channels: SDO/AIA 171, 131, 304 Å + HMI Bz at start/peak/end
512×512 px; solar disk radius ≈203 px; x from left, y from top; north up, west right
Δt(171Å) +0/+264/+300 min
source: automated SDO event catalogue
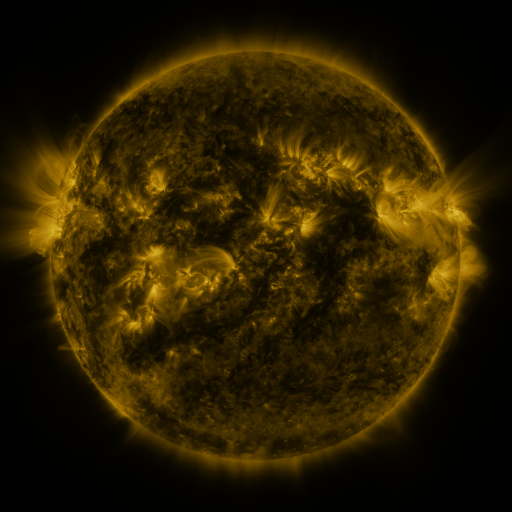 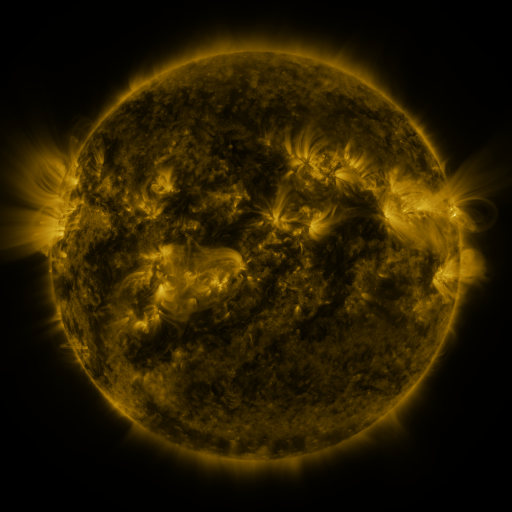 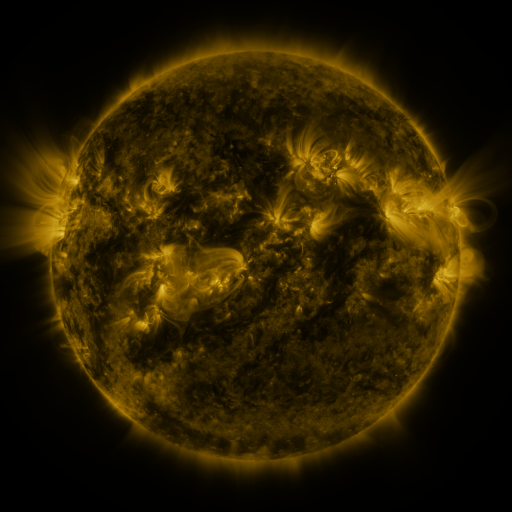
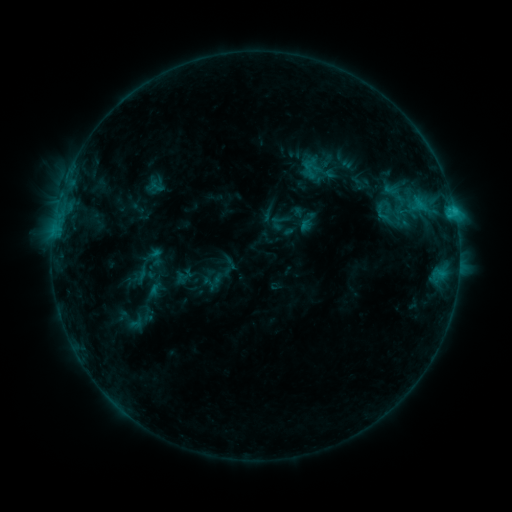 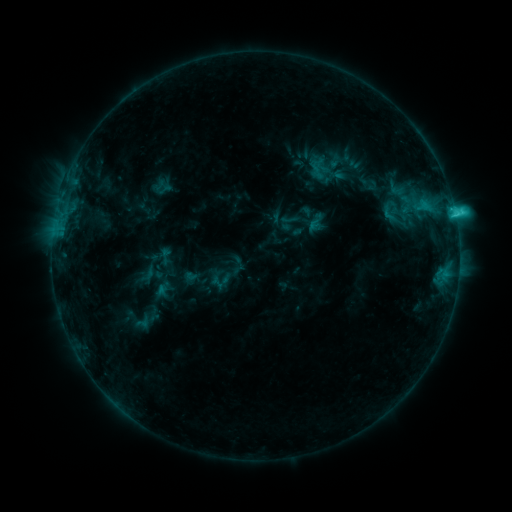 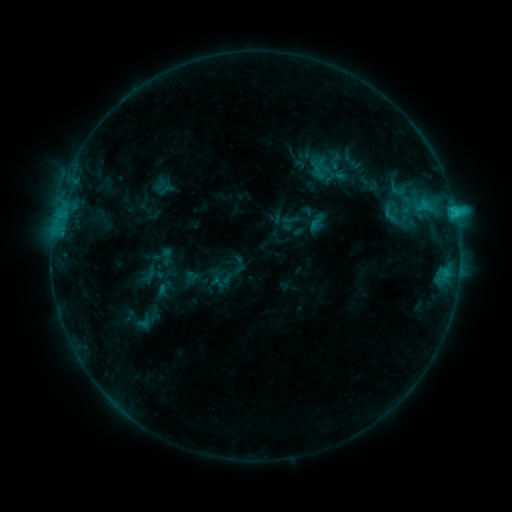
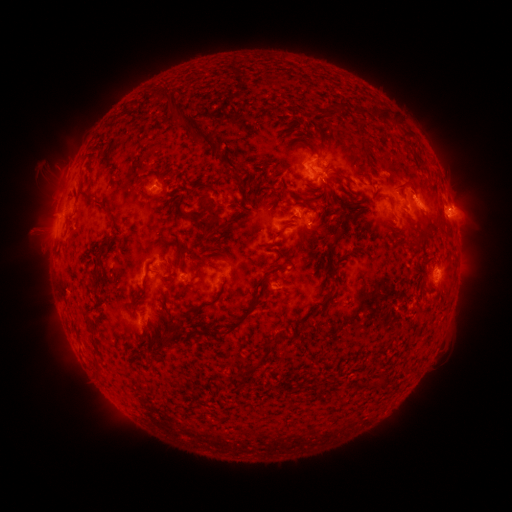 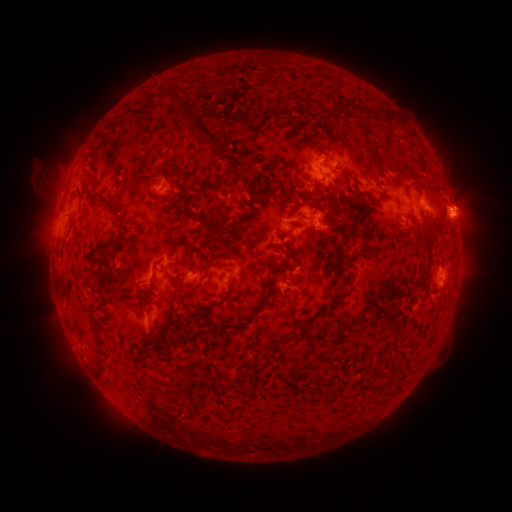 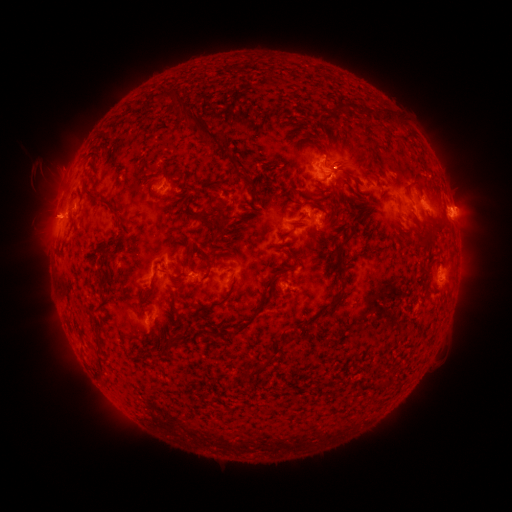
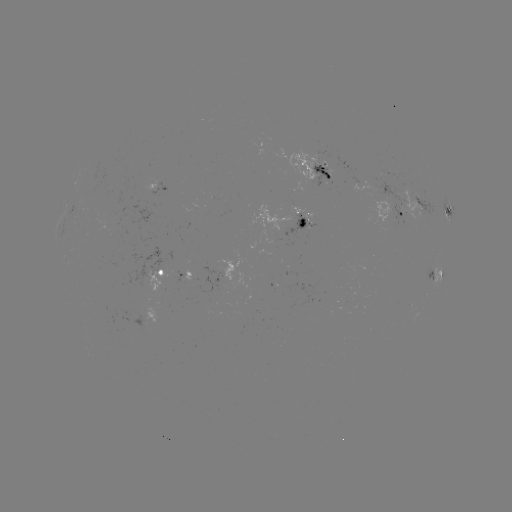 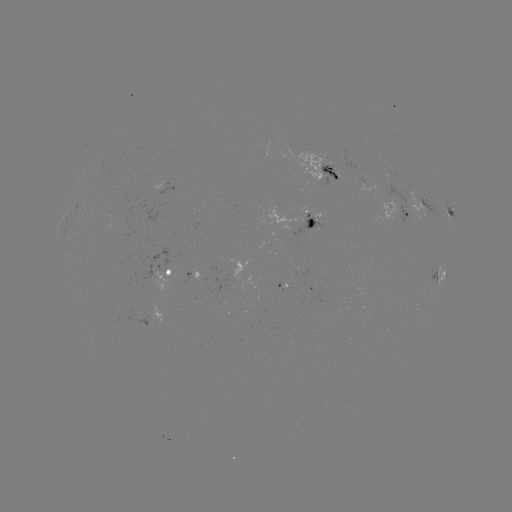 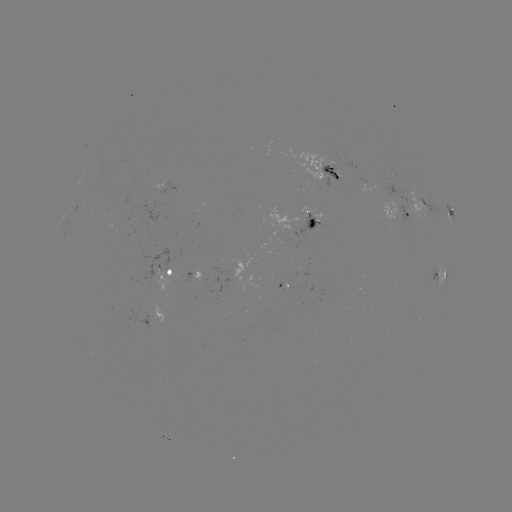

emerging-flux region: [316, 164, 339, 187]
